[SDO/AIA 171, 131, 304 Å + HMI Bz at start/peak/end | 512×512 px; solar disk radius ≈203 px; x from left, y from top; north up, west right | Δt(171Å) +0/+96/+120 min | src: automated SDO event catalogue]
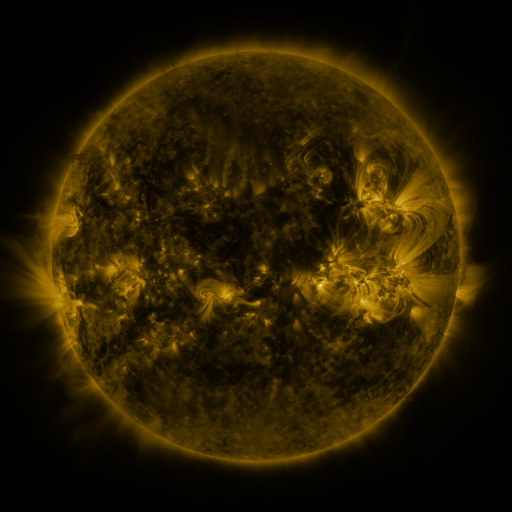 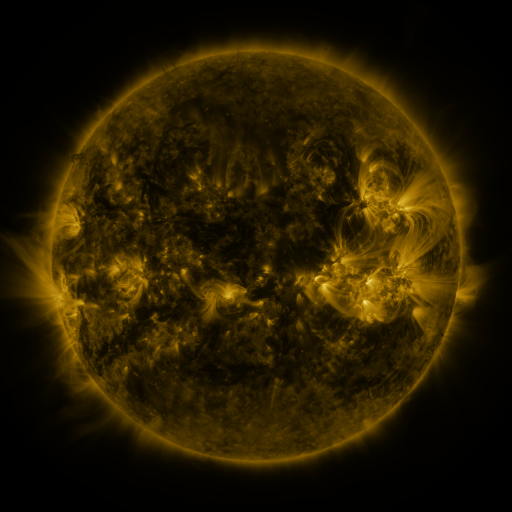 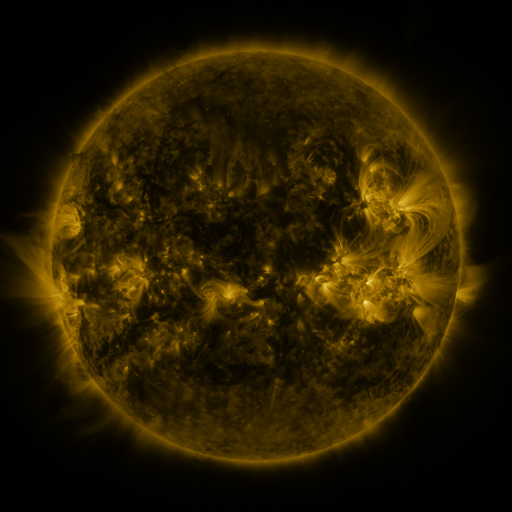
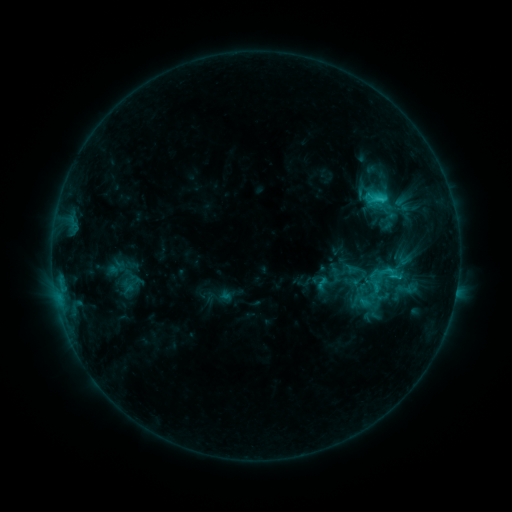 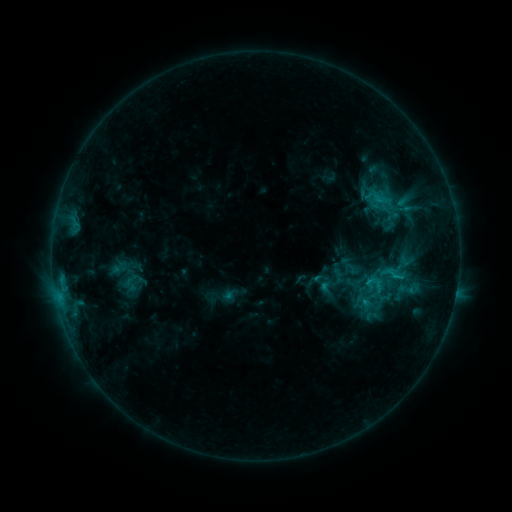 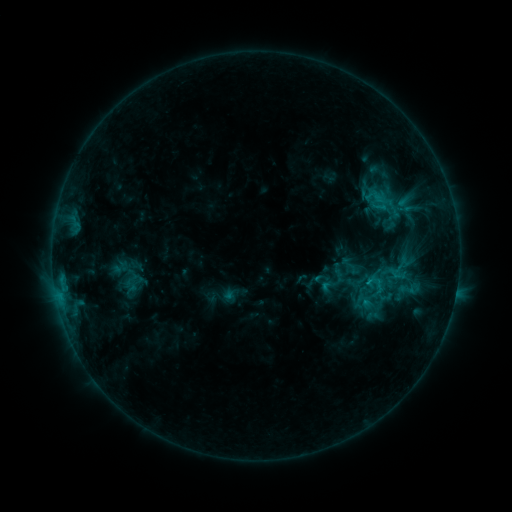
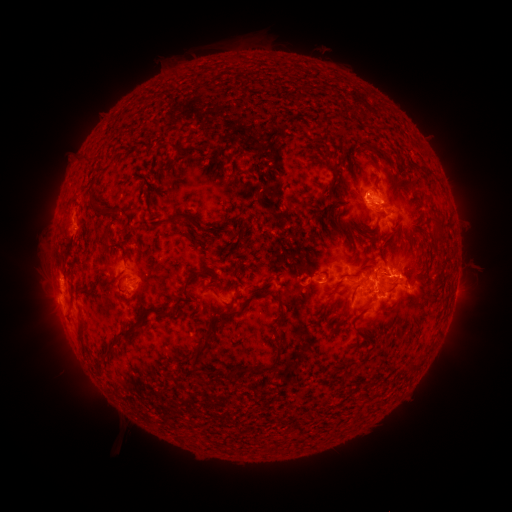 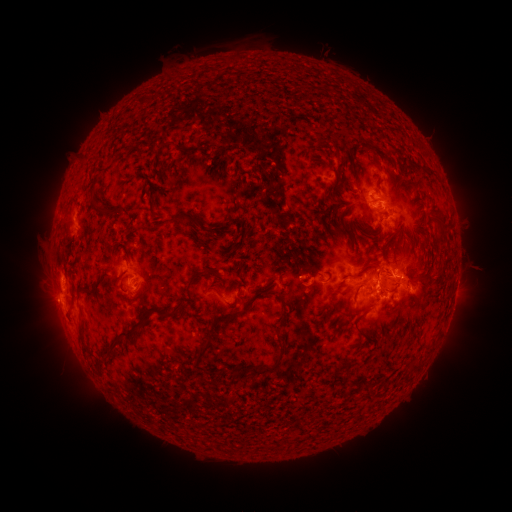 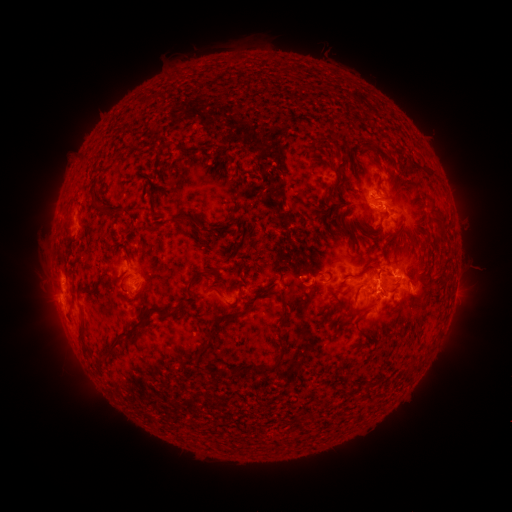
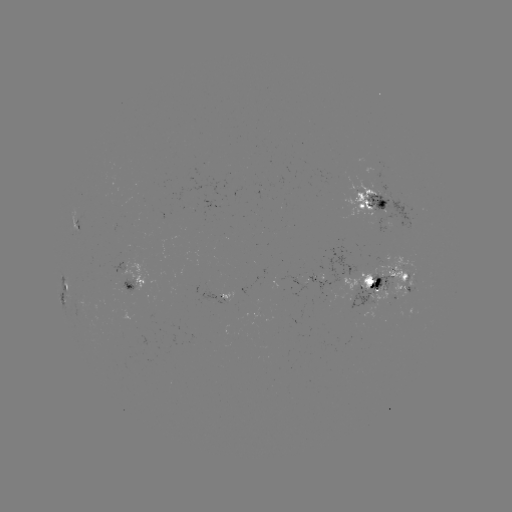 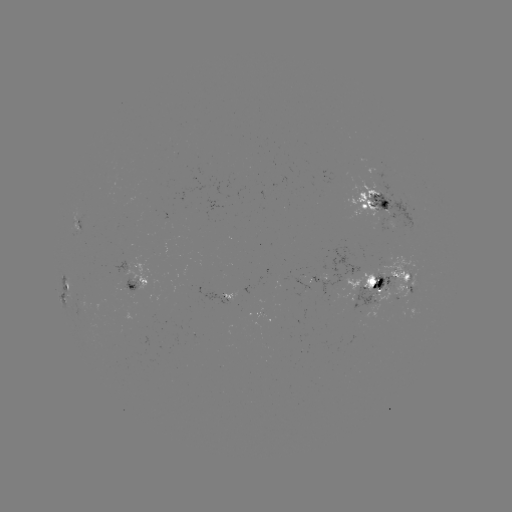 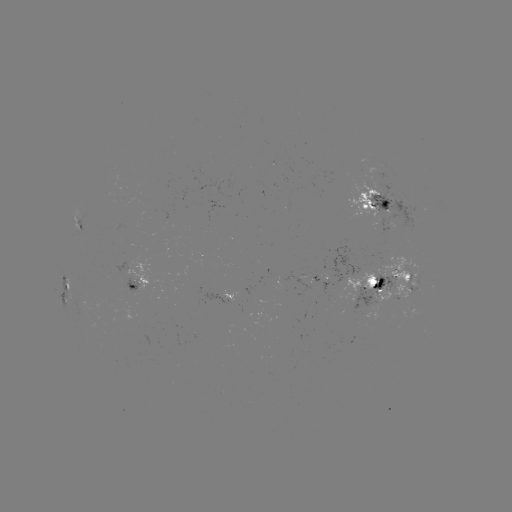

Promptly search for emerging-flux region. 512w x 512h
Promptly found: (124, 287).